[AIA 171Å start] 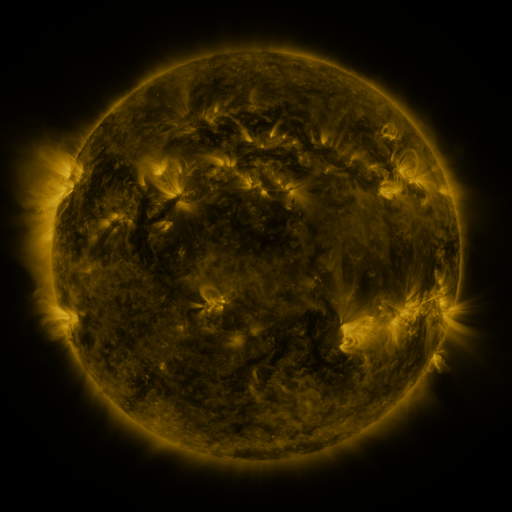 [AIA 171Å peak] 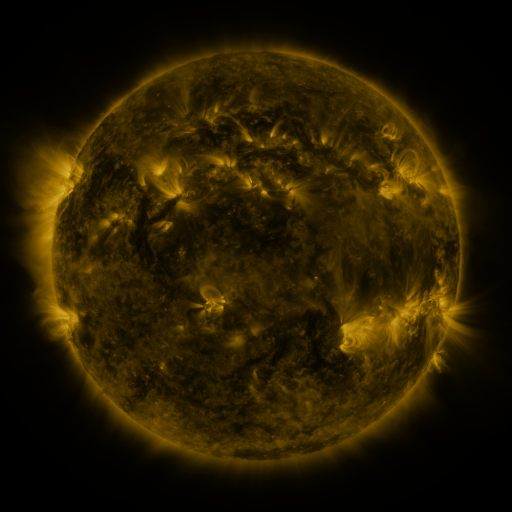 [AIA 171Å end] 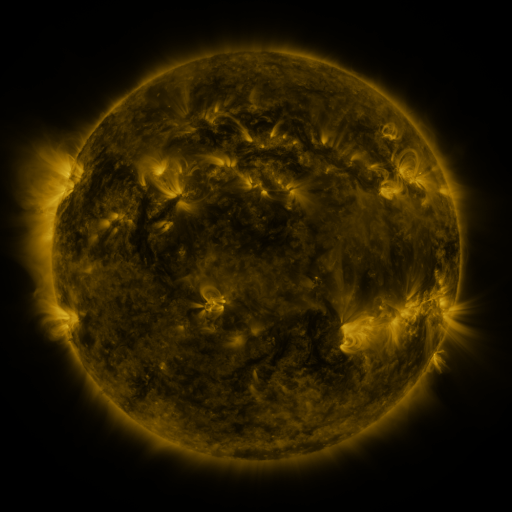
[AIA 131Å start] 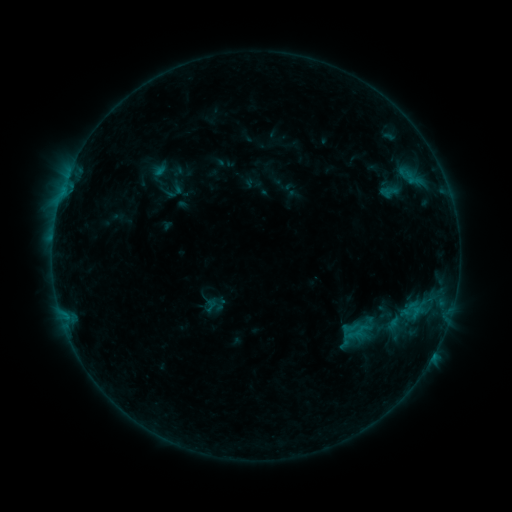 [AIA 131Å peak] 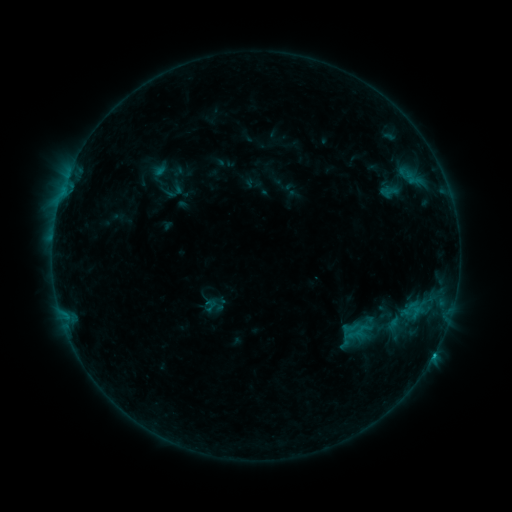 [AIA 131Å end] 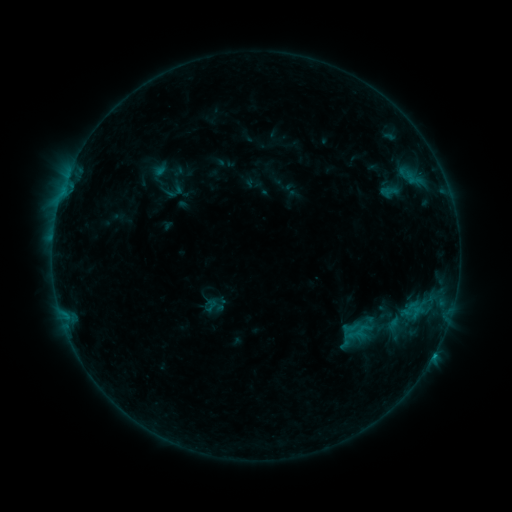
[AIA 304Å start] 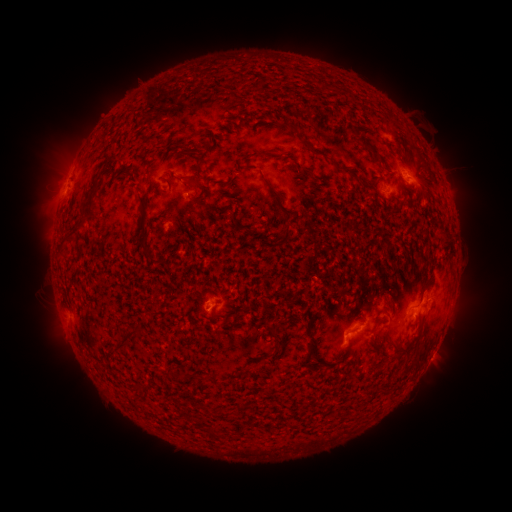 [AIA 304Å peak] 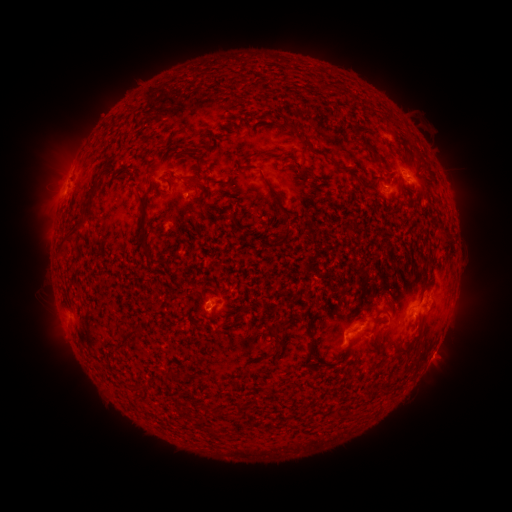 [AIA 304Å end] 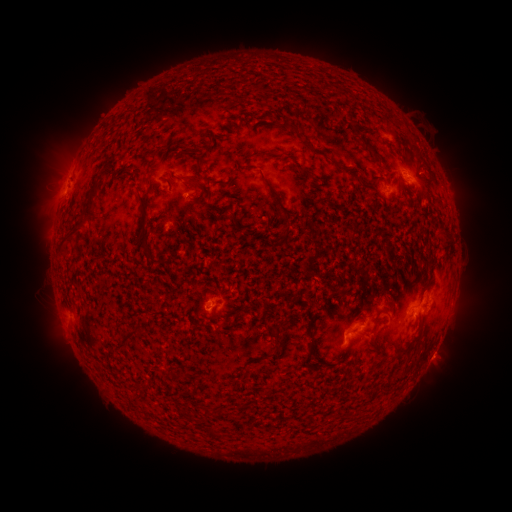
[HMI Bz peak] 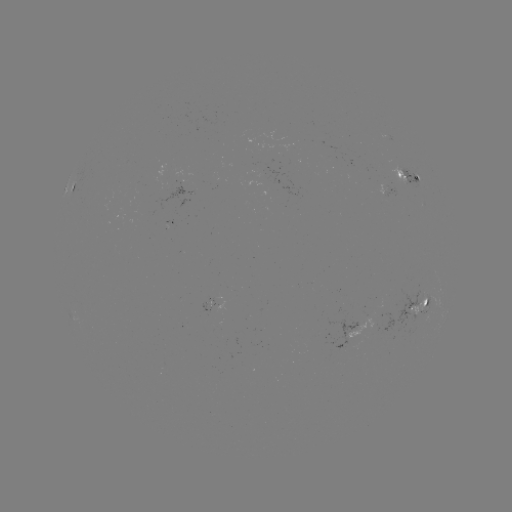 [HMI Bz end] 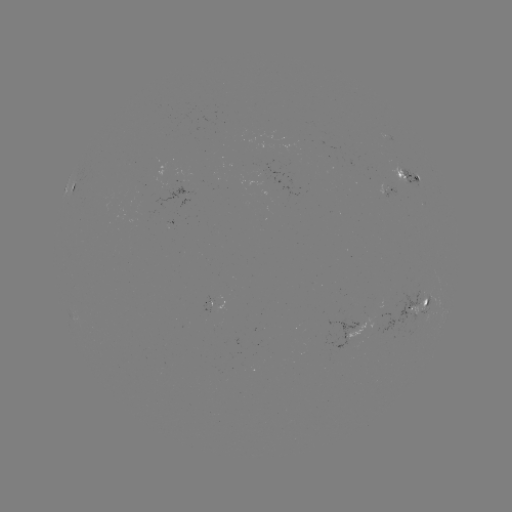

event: flare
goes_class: B4.9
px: (433, 353)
